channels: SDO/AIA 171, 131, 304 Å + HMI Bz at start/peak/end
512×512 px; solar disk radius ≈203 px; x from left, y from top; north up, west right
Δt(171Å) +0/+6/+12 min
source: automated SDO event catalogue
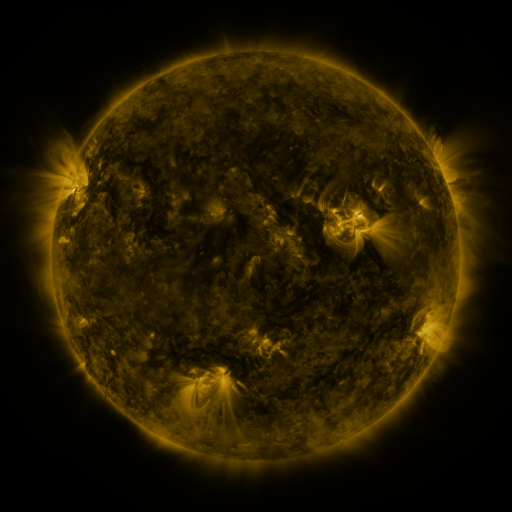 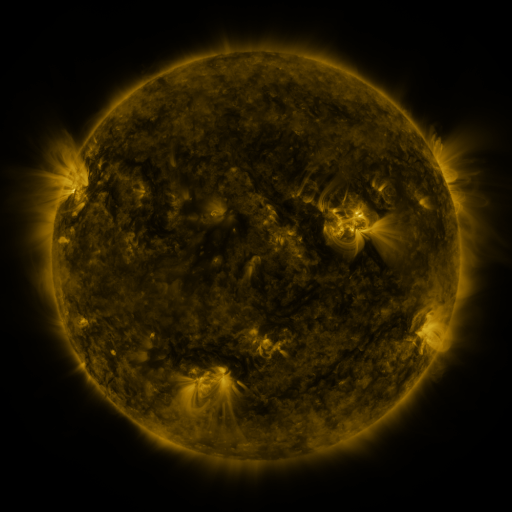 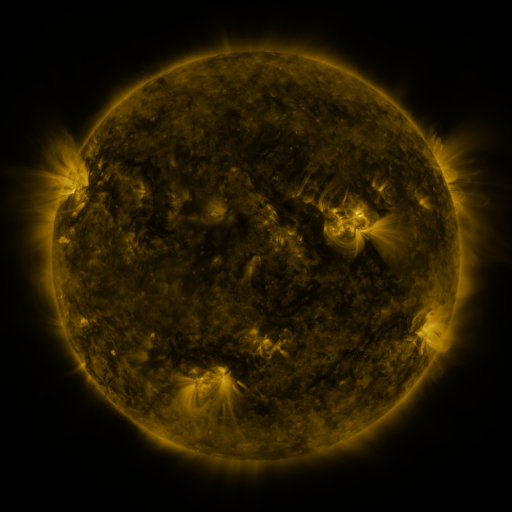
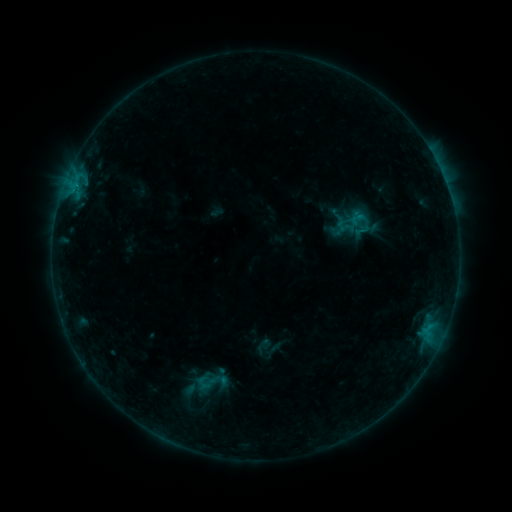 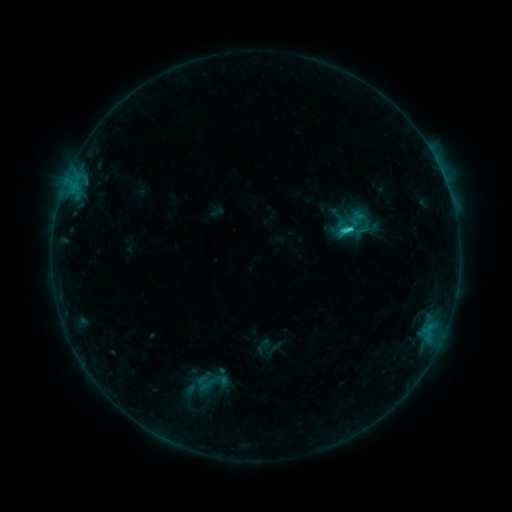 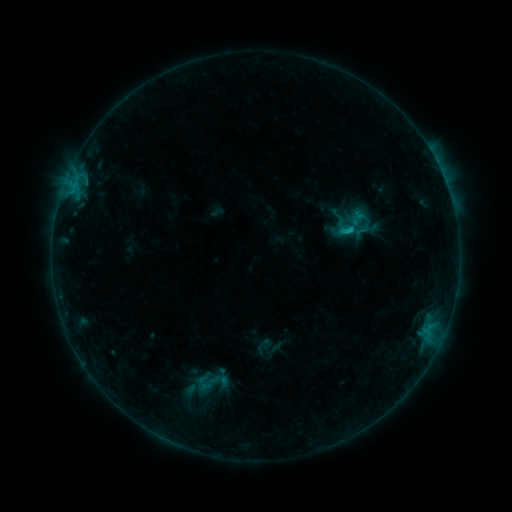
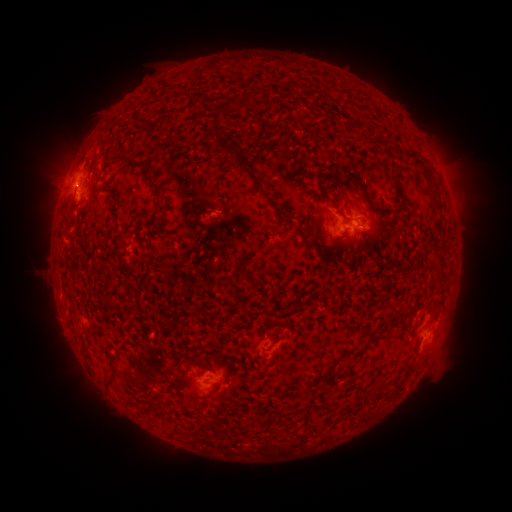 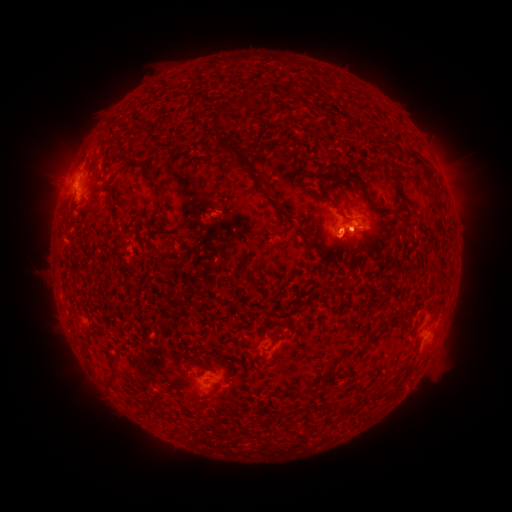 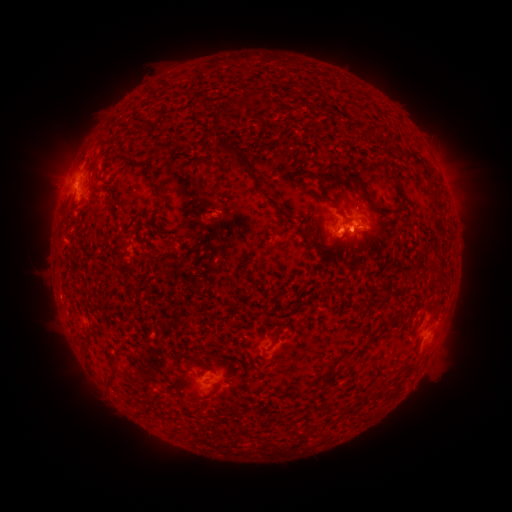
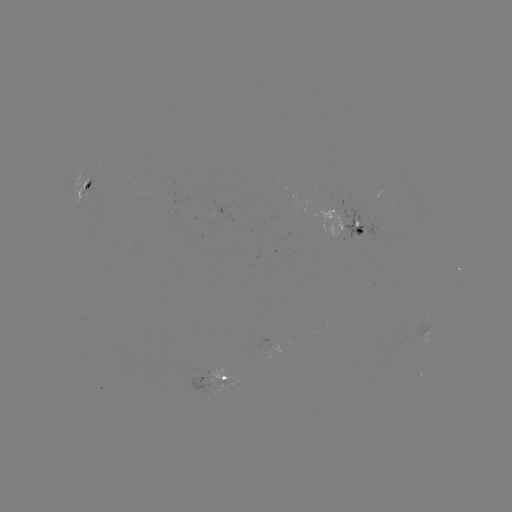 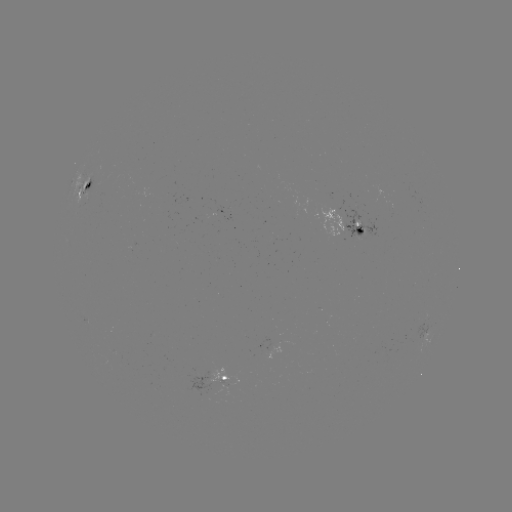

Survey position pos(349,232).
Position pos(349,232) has C1.6 flare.